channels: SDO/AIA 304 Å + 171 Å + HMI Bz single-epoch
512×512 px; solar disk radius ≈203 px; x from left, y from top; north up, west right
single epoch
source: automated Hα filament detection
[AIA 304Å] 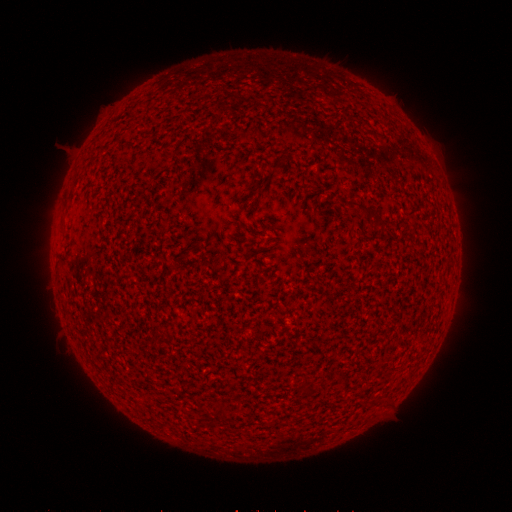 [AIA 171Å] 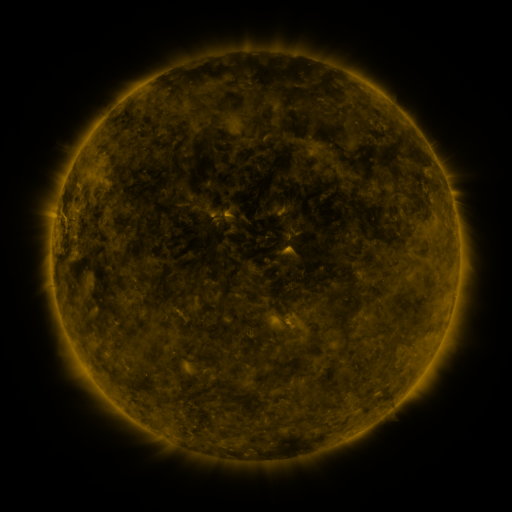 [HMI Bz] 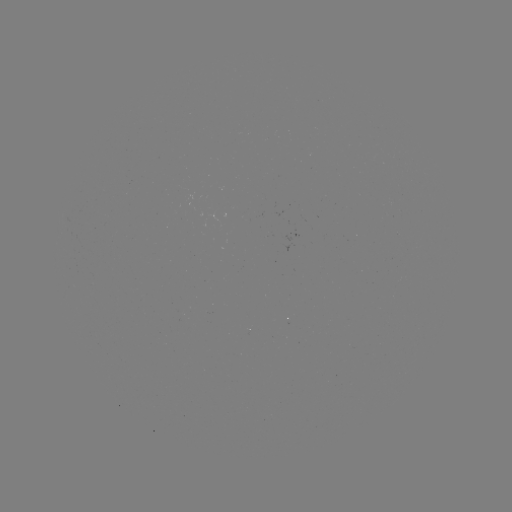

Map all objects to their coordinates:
filament: (272, 159, 282, 169)
filament: (247, 181, 260, 194)
filament: (218, 404, 227, 418)
